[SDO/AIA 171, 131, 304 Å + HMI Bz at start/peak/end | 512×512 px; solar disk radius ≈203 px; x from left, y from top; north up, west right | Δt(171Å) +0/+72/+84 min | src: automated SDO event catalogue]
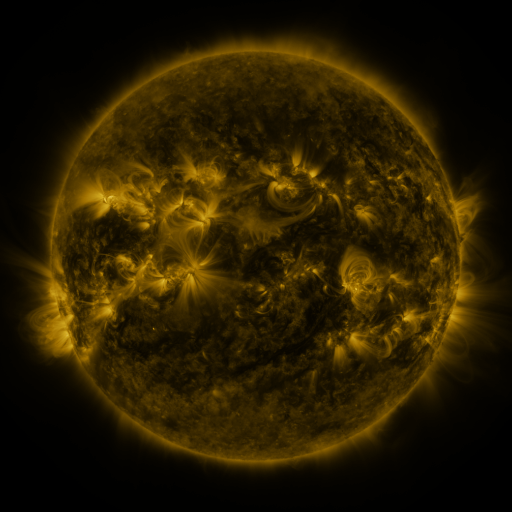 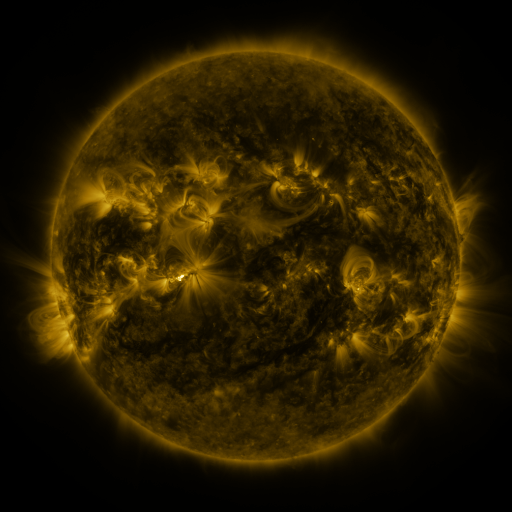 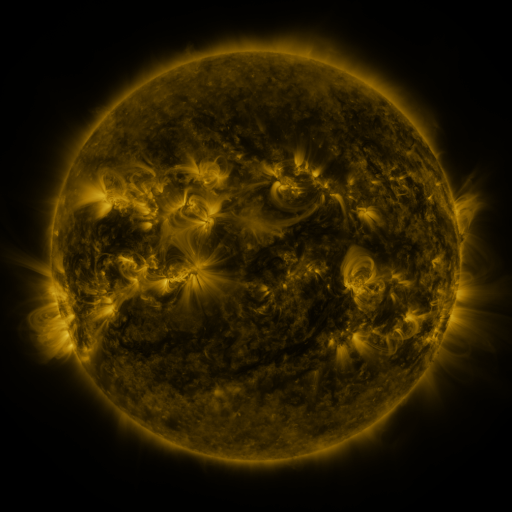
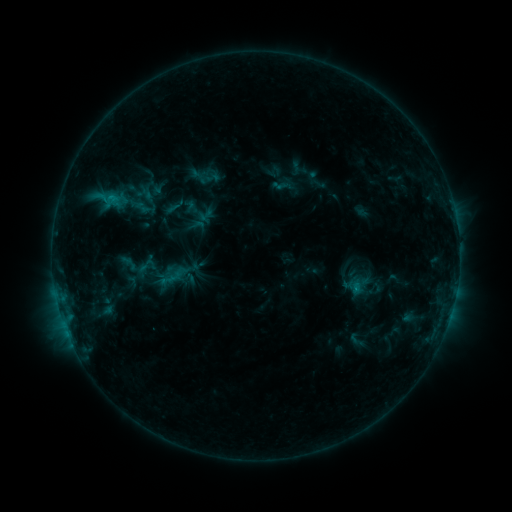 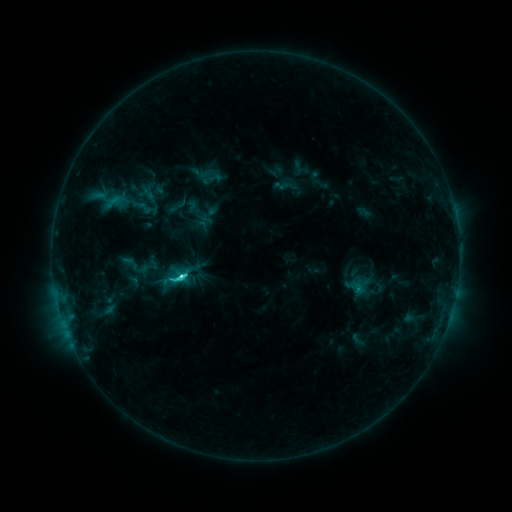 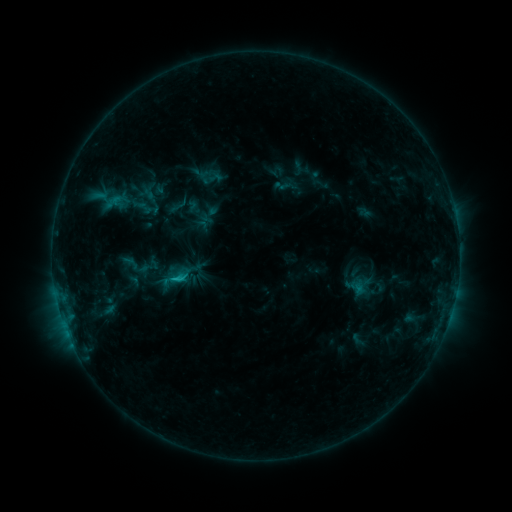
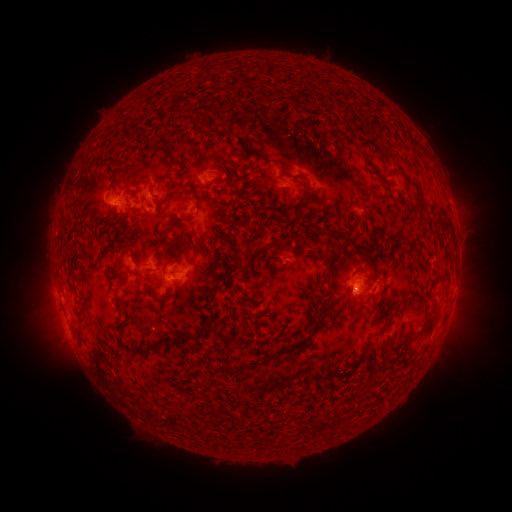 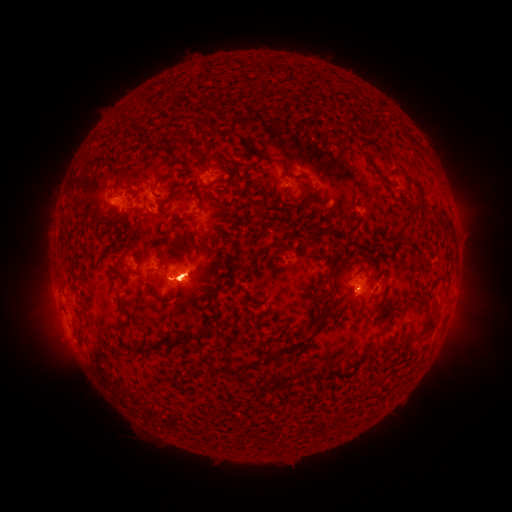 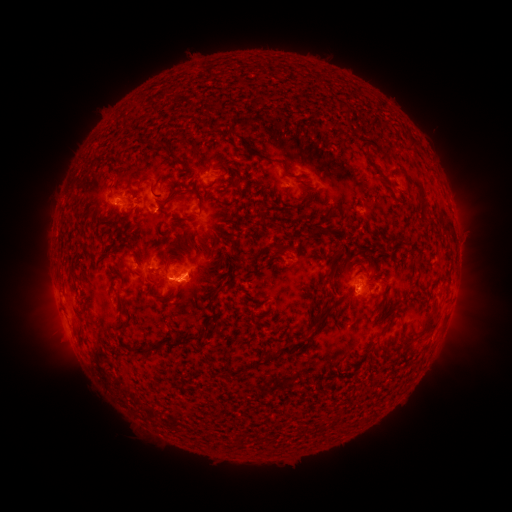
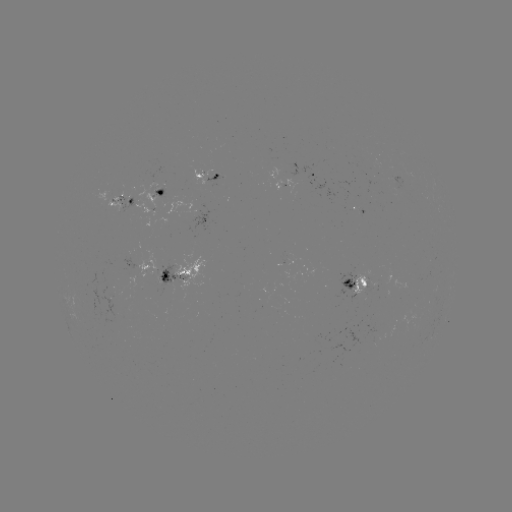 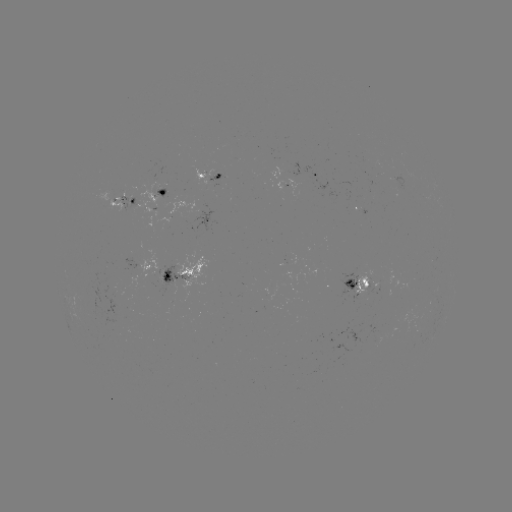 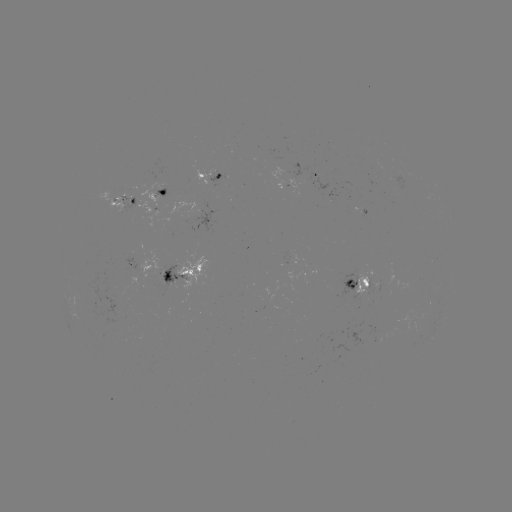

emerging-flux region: (157, 190, 166, 204)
